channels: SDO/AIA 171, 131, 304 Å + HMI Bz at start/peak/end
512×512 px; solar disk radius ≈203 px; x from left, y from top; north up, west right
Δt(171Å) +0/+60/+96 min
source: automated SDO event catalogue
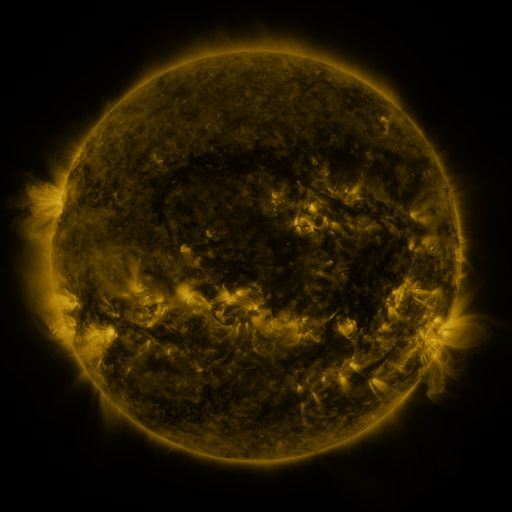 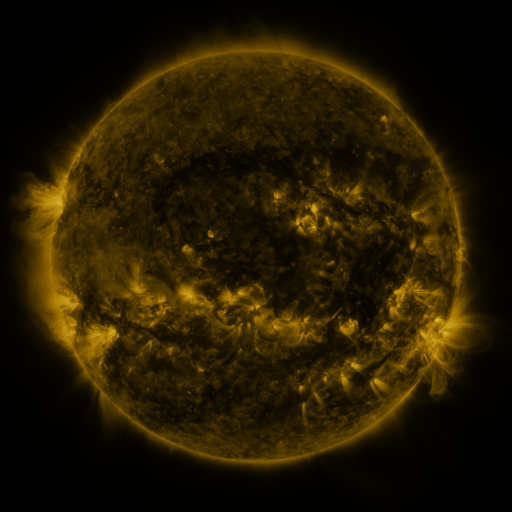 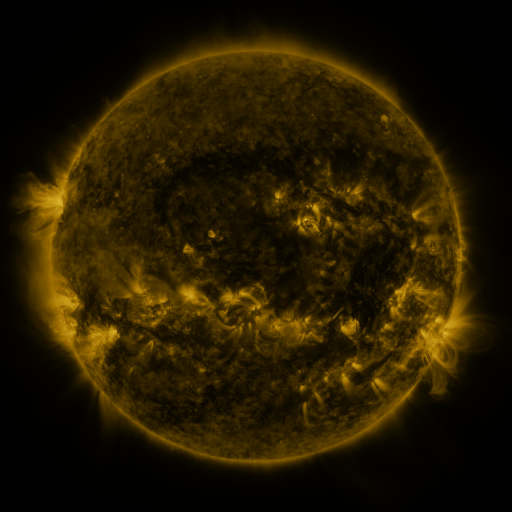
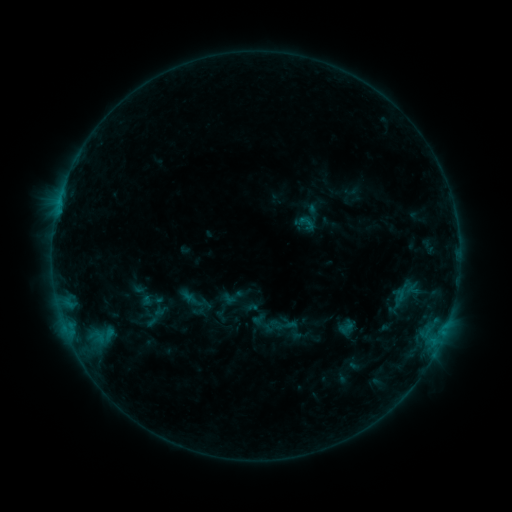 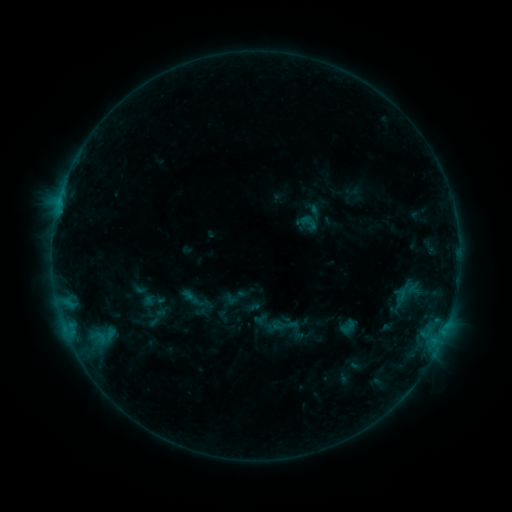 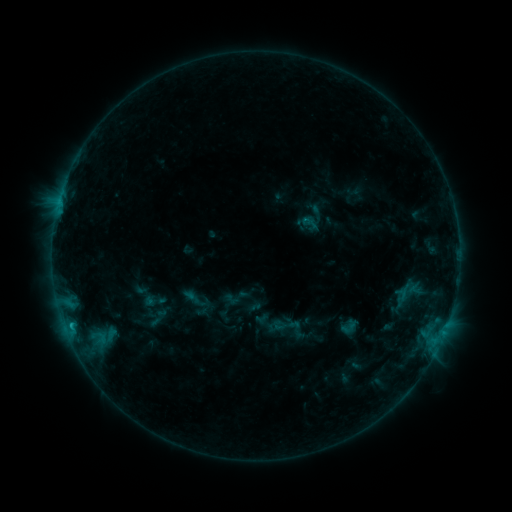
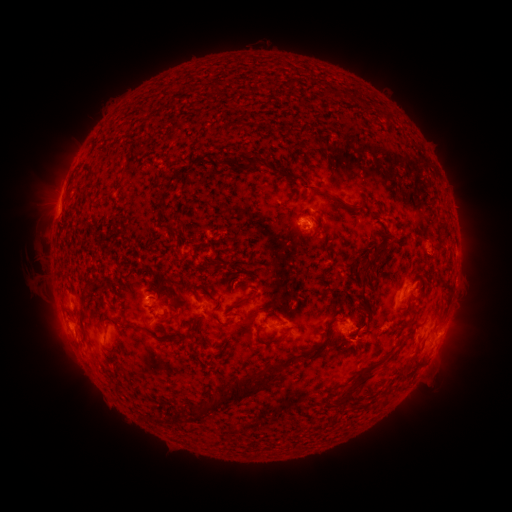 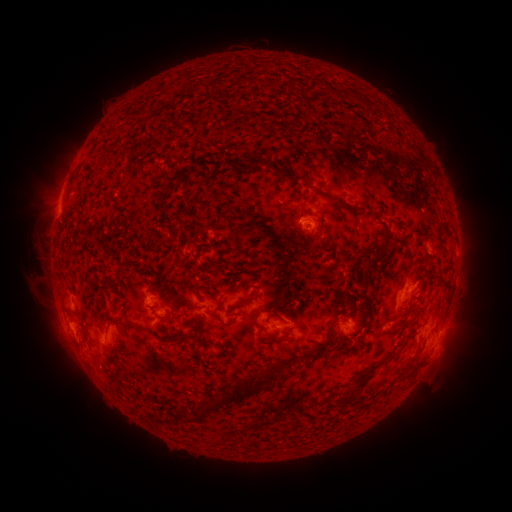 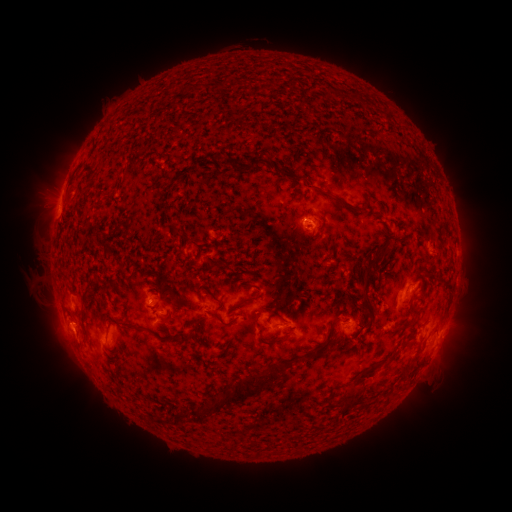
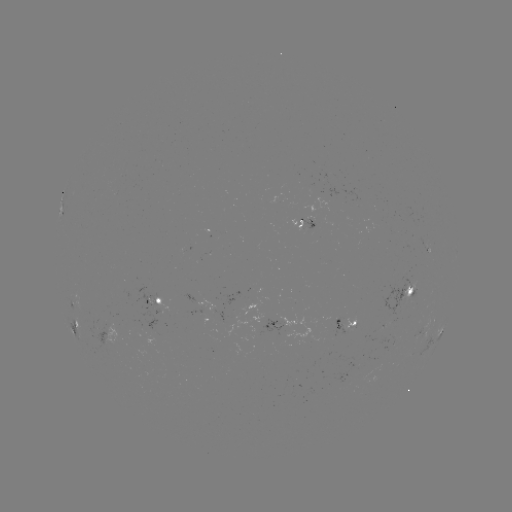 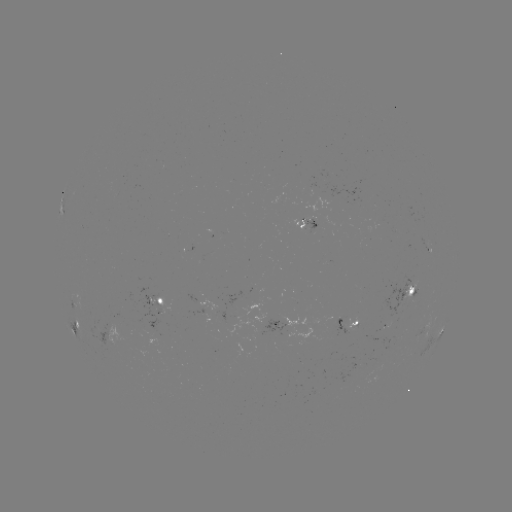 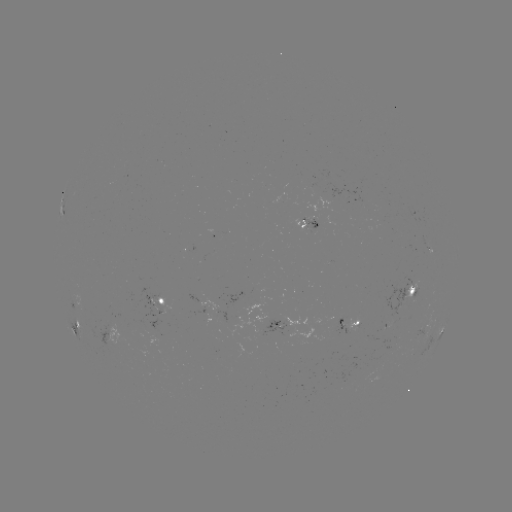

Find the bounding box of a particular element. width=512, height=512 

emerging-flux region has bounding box [388, 277, 412, 324].